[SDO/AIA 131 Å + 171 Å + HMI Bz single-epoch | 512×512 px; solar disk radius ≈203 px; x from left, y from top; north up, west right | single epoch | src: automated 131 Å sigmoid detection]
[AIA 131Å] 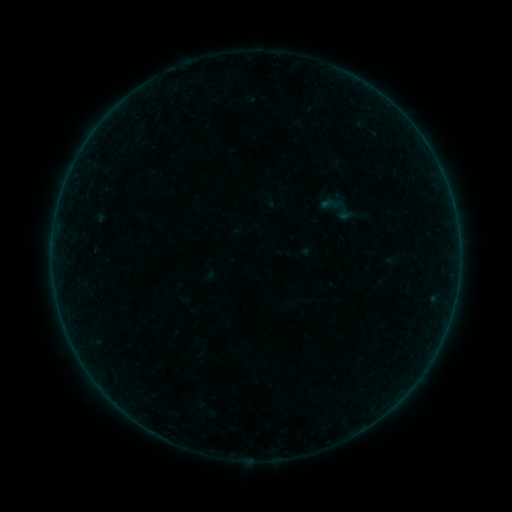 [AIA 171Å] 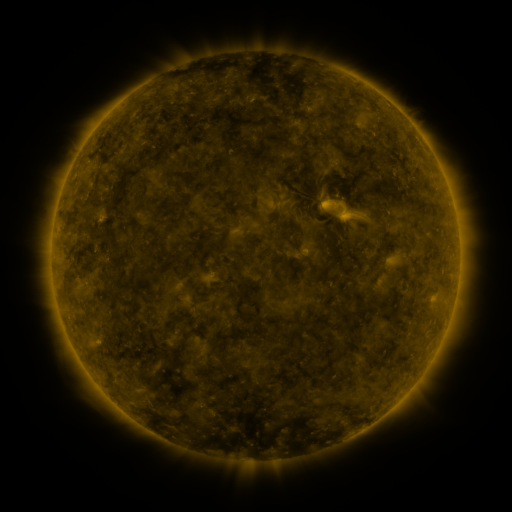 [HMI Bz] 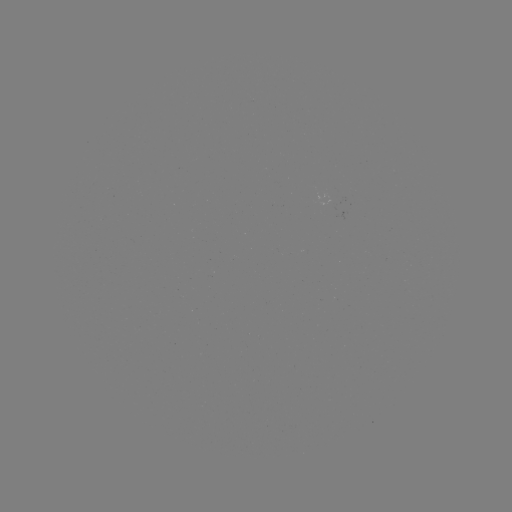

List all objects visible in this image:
sigmoid: (330, 204)
